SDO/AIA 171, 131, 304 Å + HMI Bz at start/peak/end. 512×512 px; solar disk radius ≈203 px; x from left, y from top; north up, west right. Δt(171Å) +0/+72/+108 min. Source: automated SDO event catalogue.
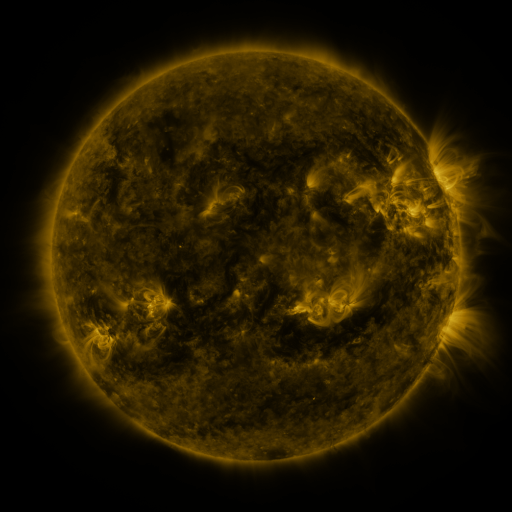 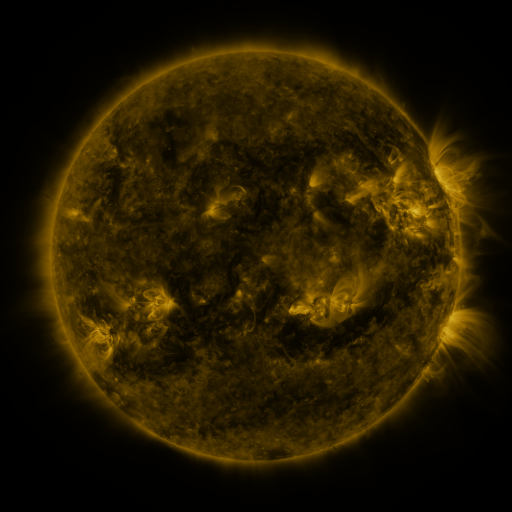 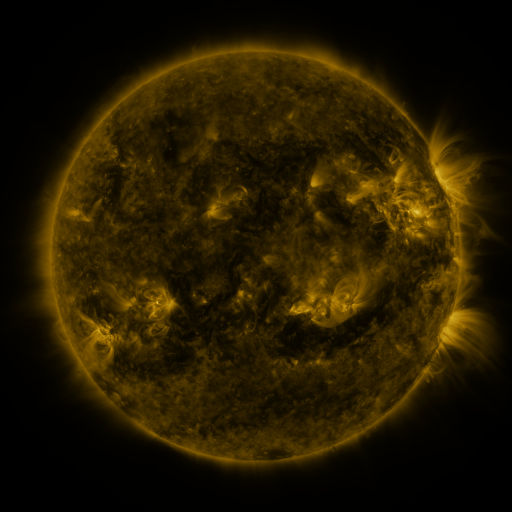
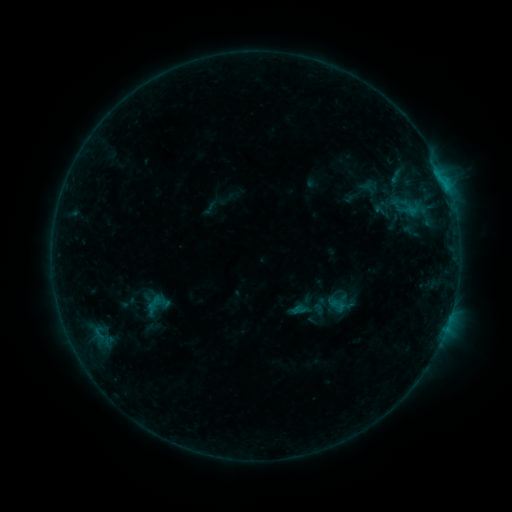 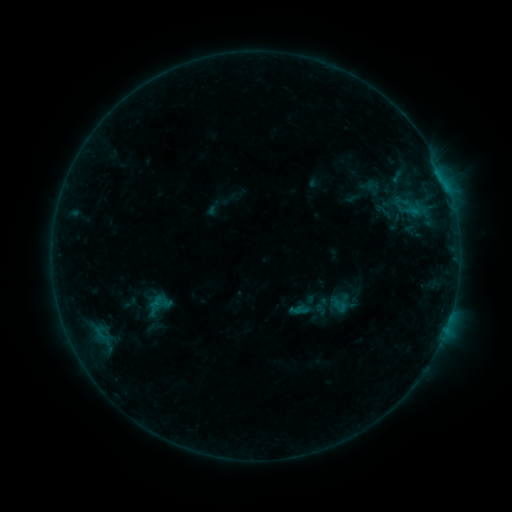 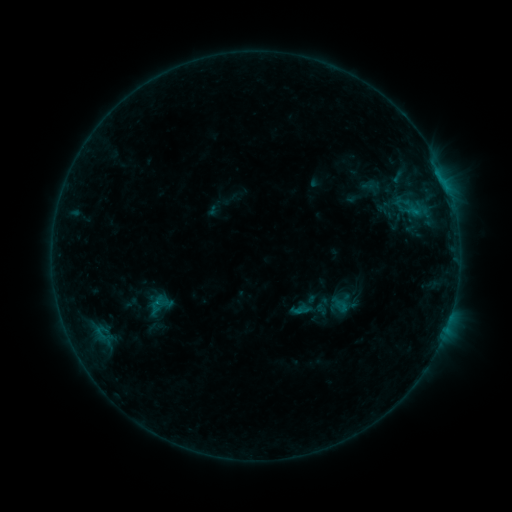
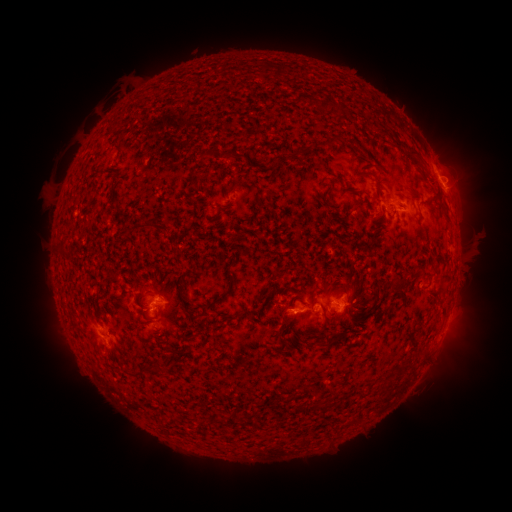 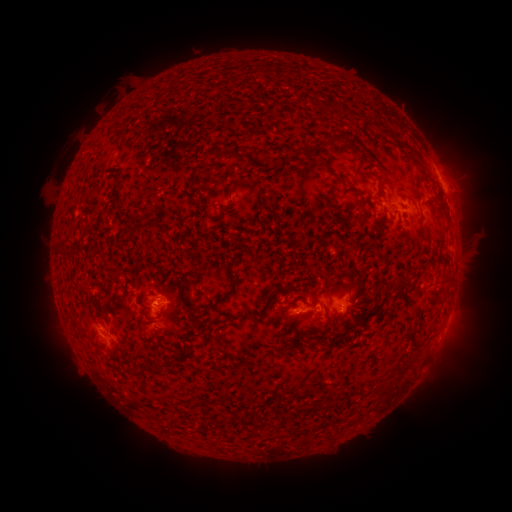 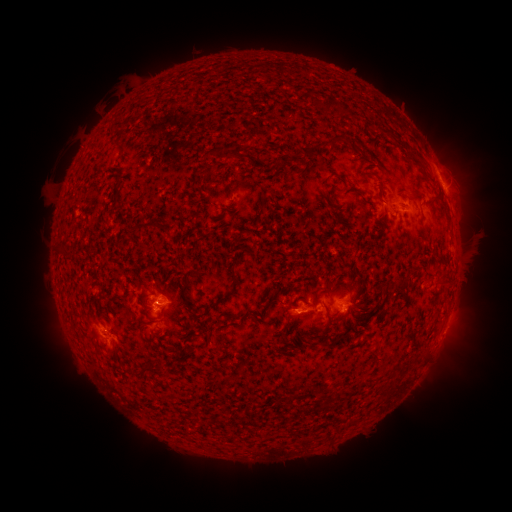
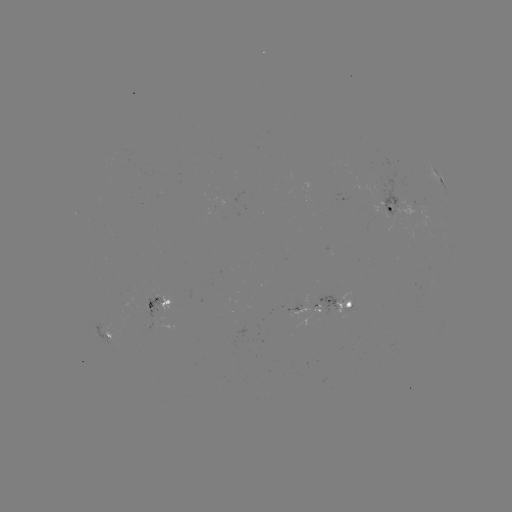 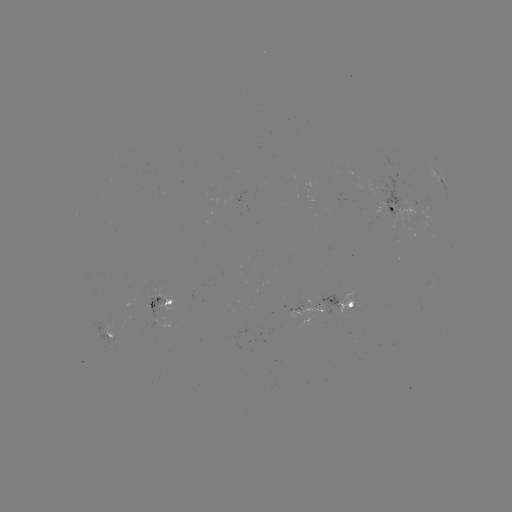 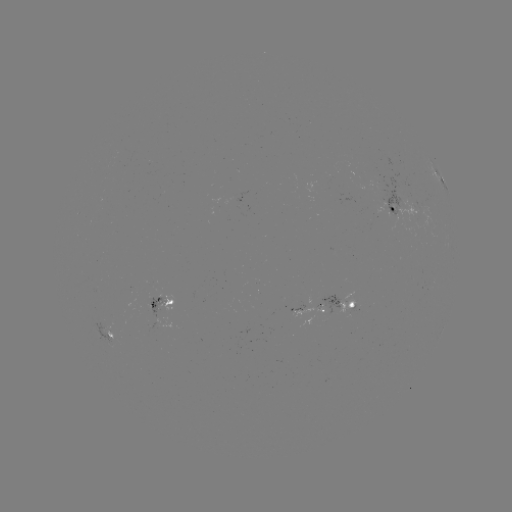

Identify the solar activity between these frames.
emerging-flux region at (143, 302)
